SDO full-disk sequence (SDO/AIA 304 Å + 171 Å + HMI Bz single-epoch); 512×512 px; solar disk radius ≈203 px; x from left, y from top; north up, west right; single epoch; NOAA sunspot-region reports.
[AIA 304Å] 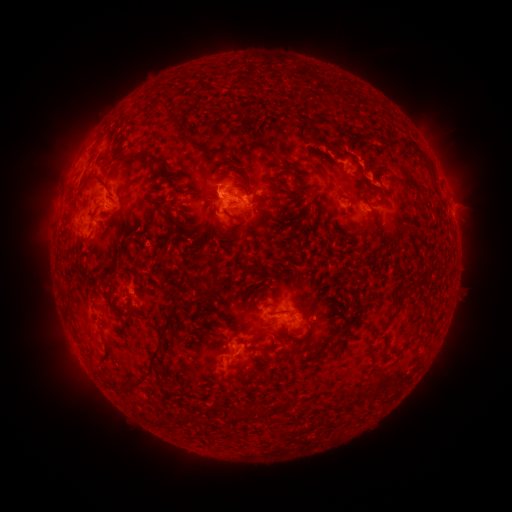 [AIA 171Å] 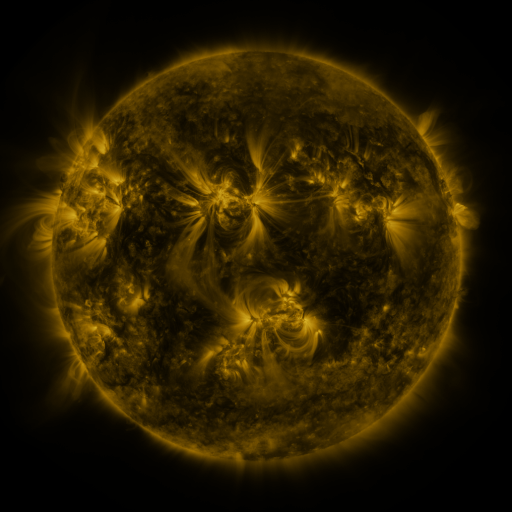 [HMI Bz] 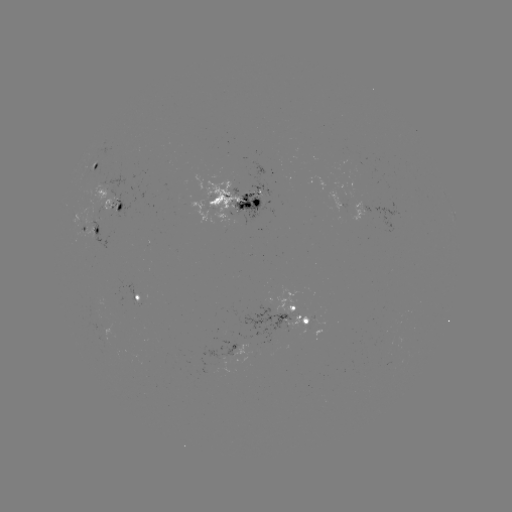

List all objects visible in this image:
spotted active region: (95, 169)
spotted active region: (239, 202)
spotted active region: (113, 205)
spotted active region: (454, 214)
spotted active region: (91, 228)
spotted active region: (137, 298)
spotted active region: (294, 311)
spotted active region: (236, 344)
